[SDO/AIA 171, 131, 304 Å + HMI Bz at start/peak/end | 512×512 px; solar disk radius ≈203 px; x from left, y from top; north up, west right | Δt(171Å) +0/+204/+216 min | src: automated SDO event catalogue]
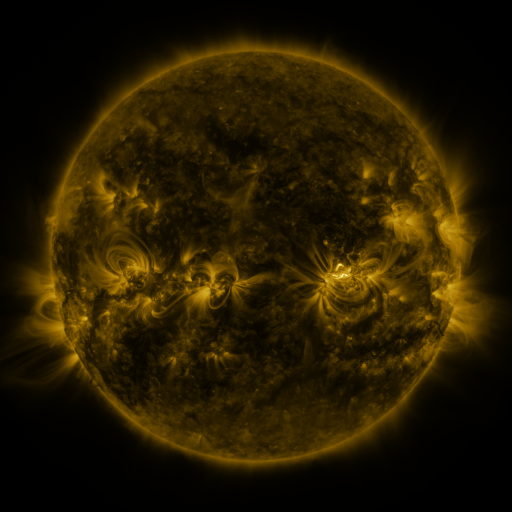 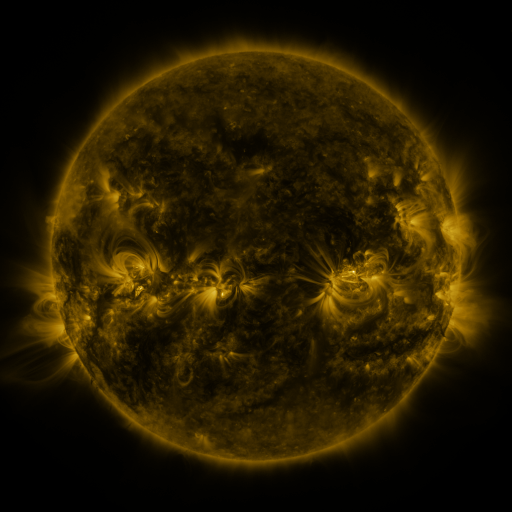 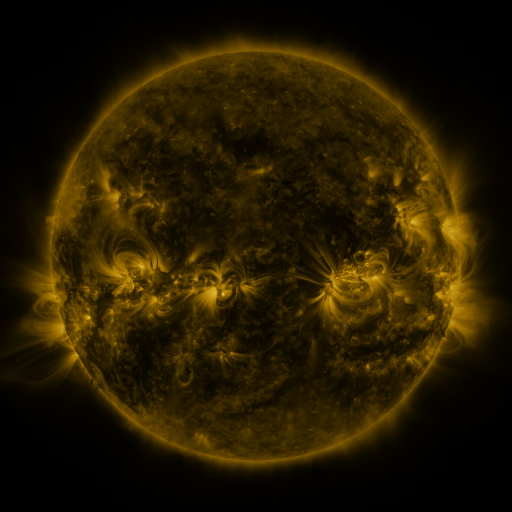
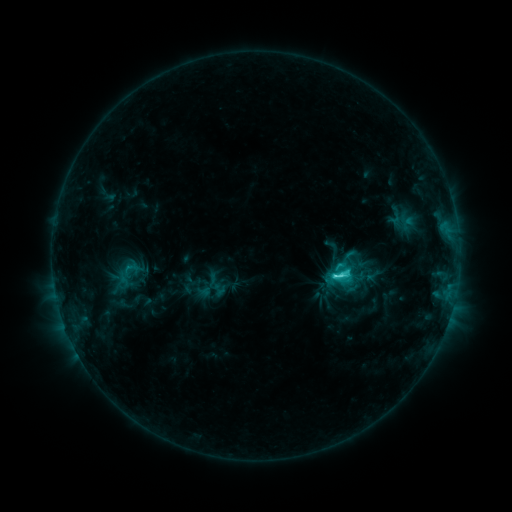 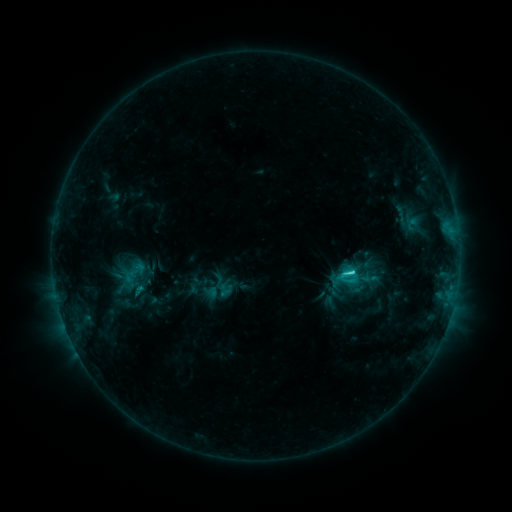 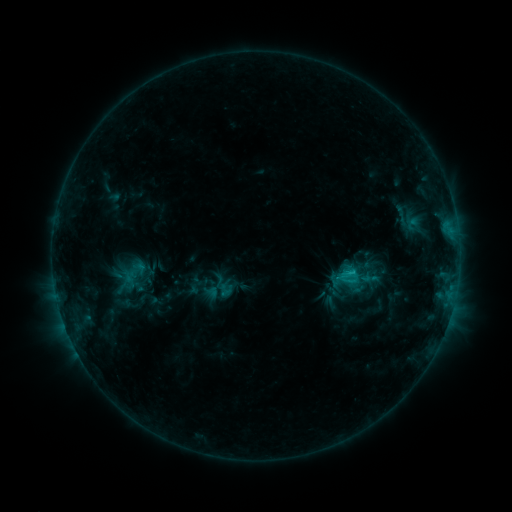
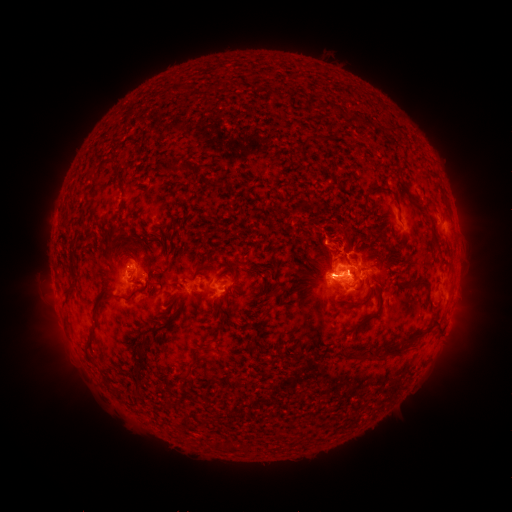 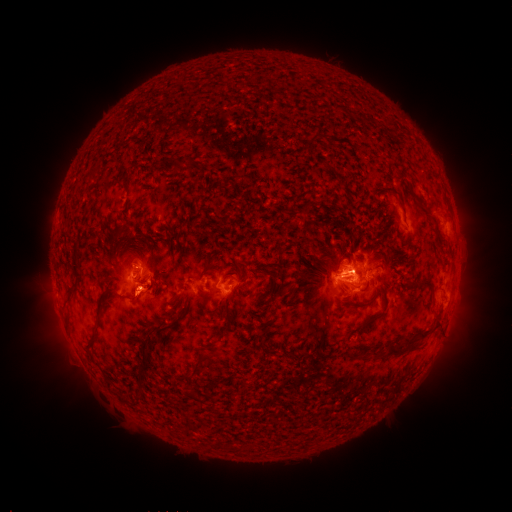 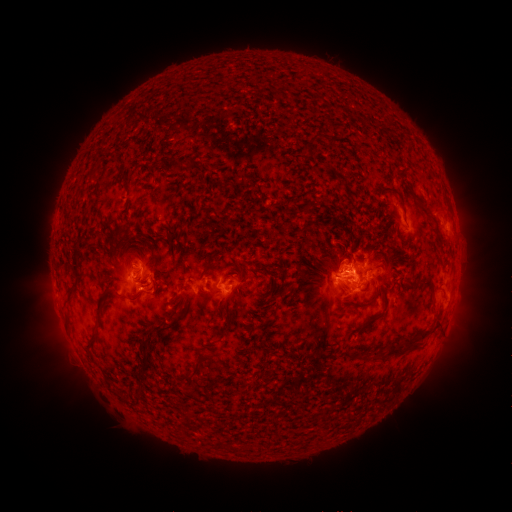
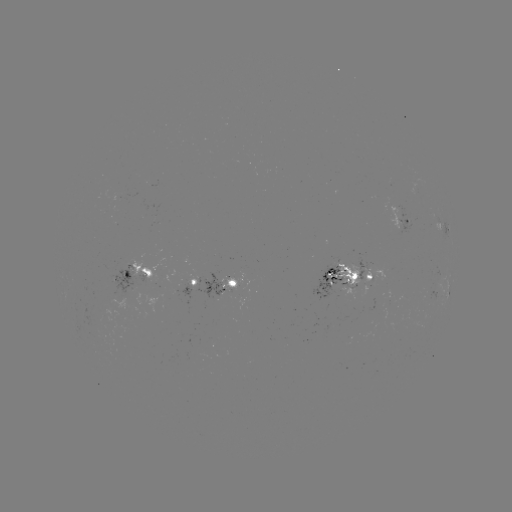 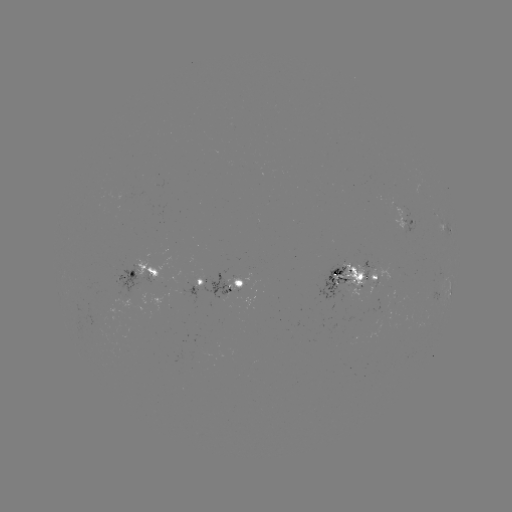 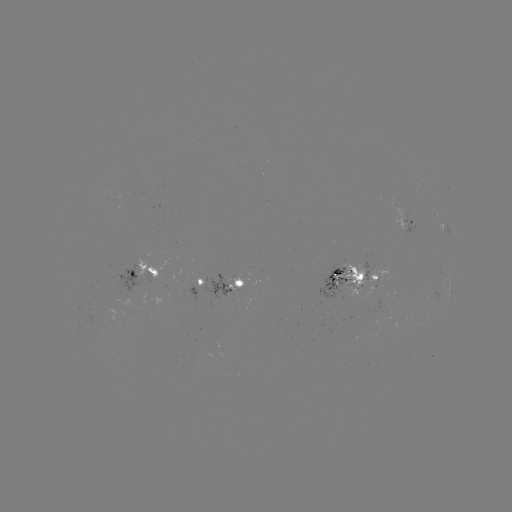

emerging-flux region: <bbox>199, 273, 232, 299</bbox>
